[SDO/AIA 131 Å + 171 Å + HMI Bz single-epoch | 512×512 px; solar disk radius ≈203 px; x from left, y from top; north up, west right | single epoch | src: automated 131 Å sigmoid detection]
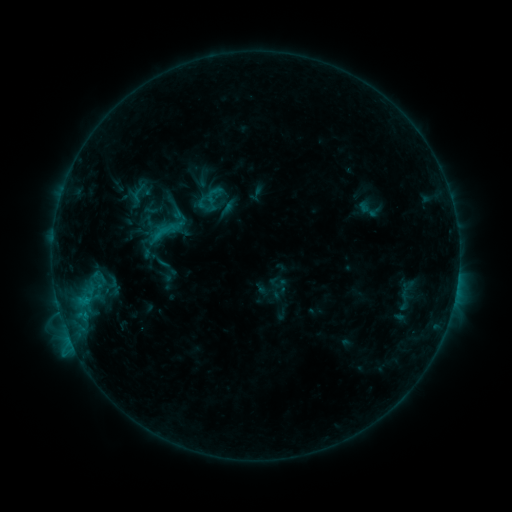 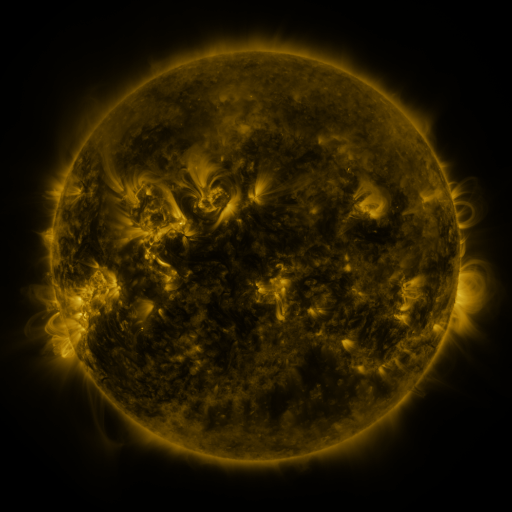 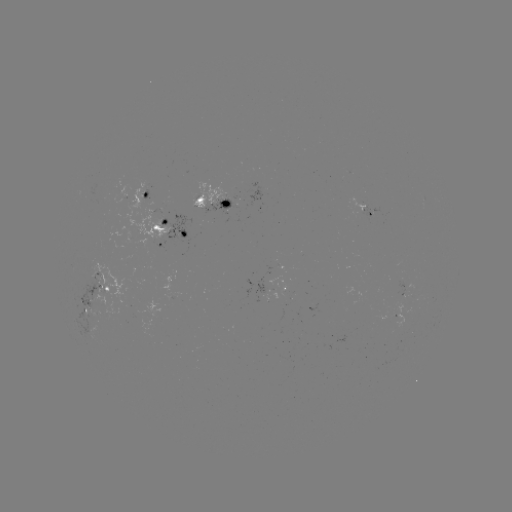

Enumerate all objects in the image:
sigmoid: (212, 196)
sigmoid: (167, 224)
sigmoid: (98, 290)
